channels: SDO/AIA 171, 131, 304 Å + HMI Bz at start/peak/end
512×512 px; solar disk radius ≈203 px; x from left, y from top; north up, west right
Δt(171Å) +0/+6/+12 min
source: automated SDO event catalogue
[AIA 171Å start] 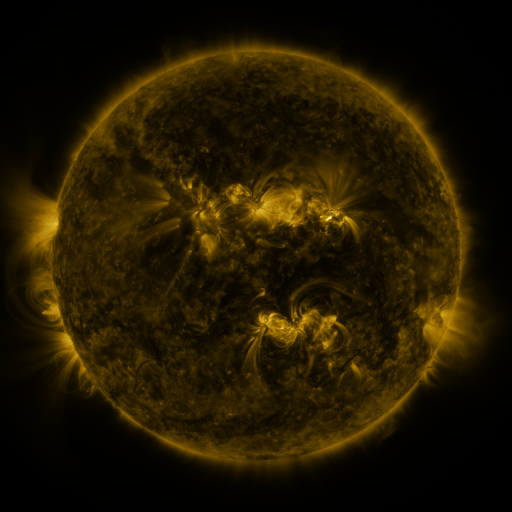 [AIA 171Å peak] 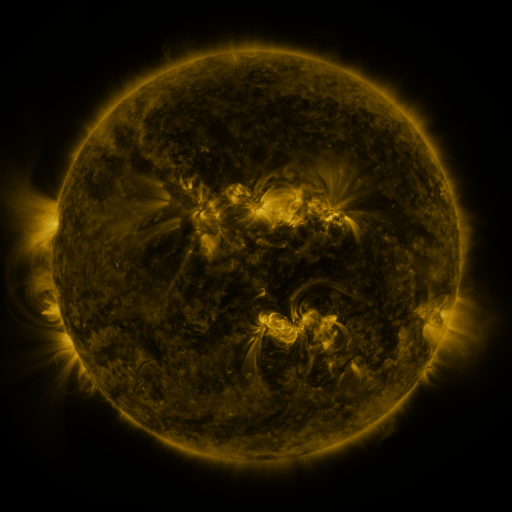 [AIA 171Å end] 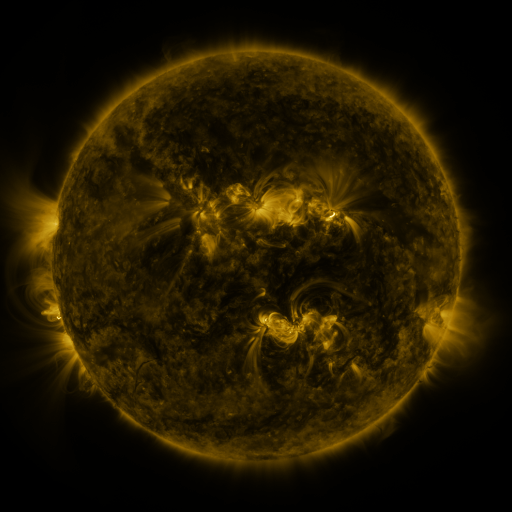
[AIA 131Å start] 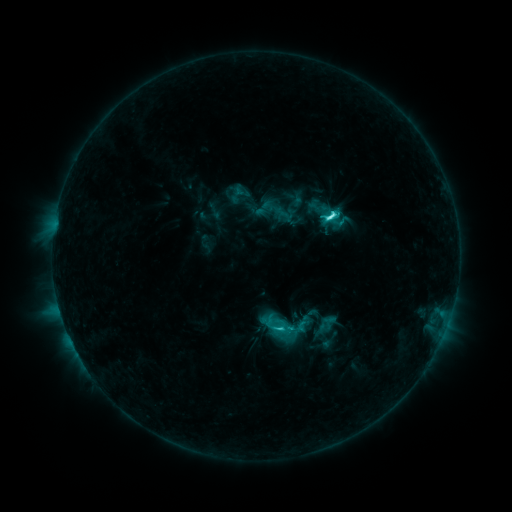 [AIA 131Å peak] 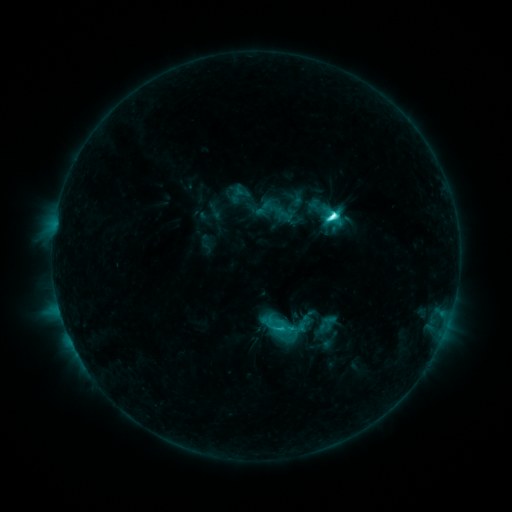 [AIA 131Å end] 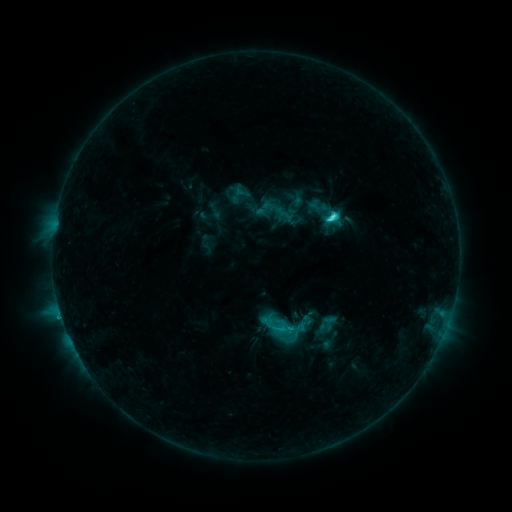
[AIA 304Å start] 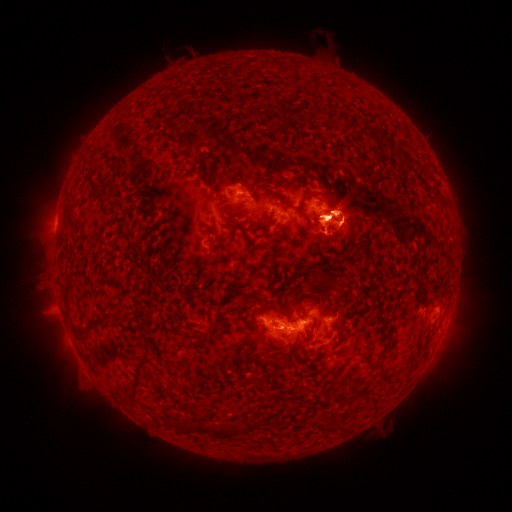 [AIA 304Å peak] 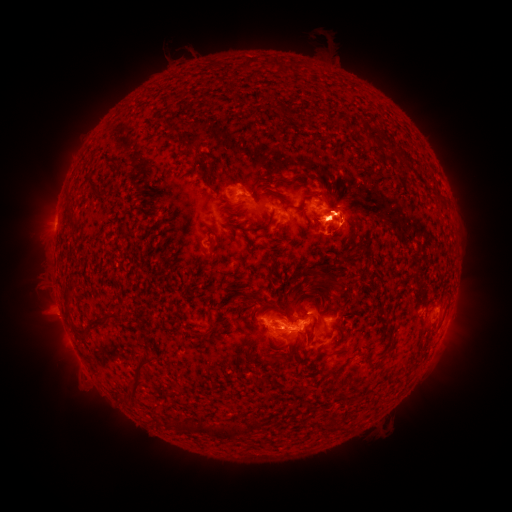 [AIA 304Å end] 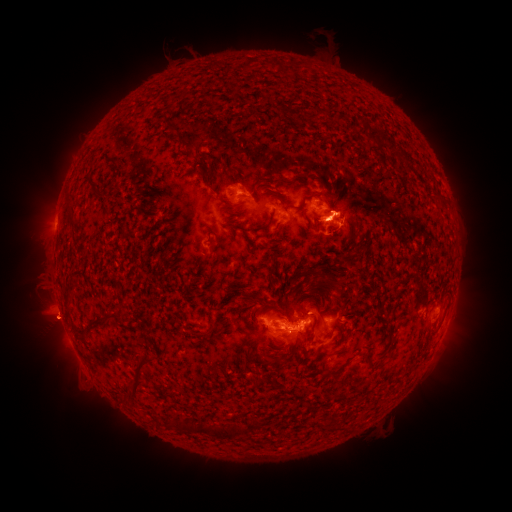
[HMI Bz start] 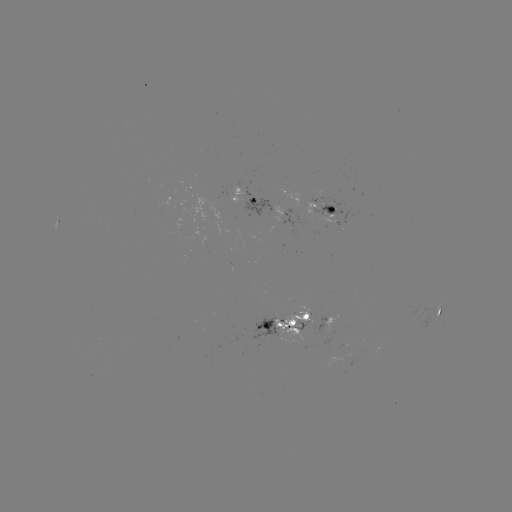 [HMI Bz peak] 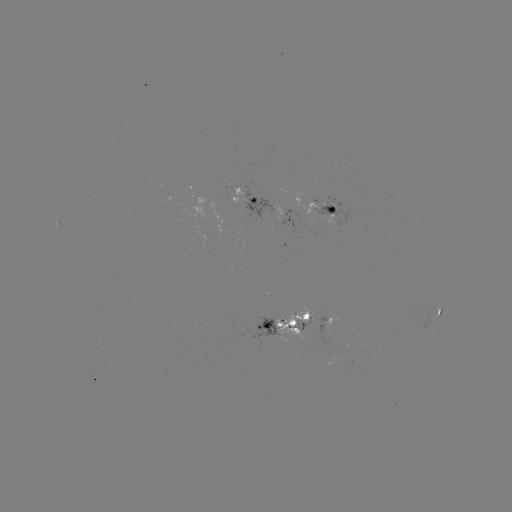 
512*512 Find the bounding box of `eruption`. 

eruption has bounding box [297, 171, 382, 241].